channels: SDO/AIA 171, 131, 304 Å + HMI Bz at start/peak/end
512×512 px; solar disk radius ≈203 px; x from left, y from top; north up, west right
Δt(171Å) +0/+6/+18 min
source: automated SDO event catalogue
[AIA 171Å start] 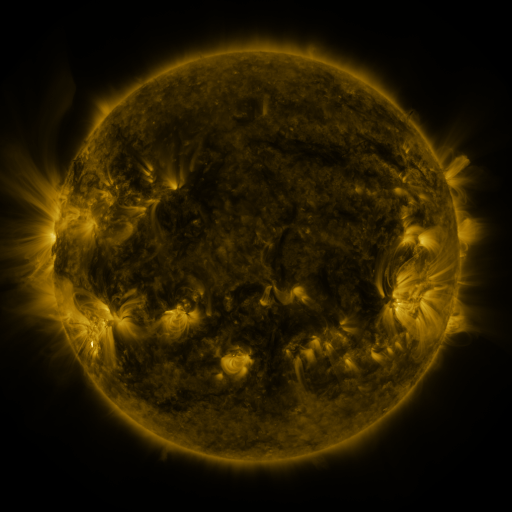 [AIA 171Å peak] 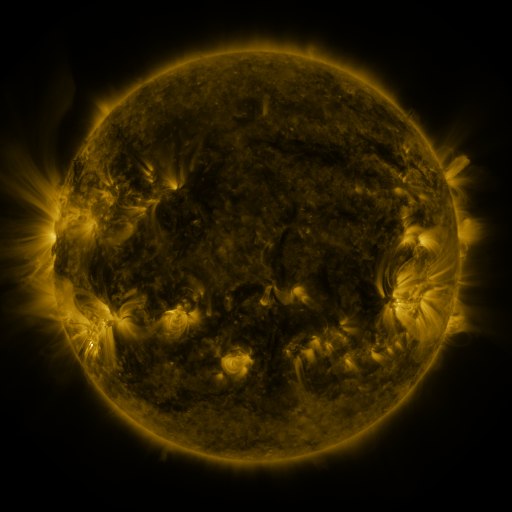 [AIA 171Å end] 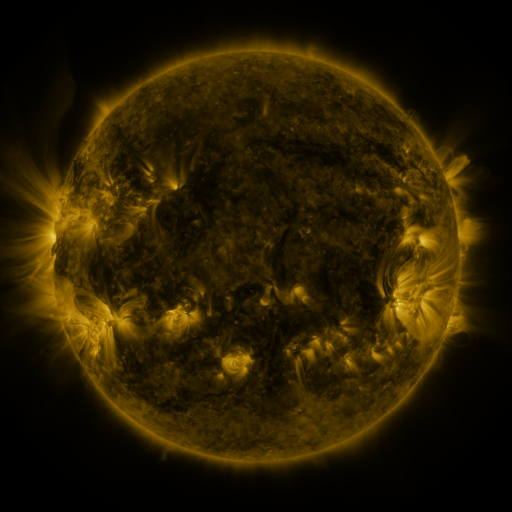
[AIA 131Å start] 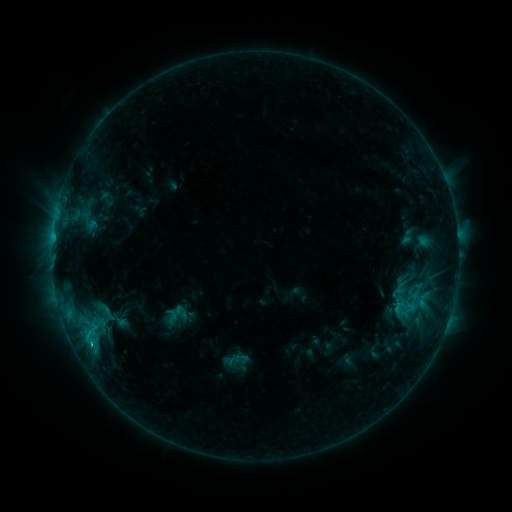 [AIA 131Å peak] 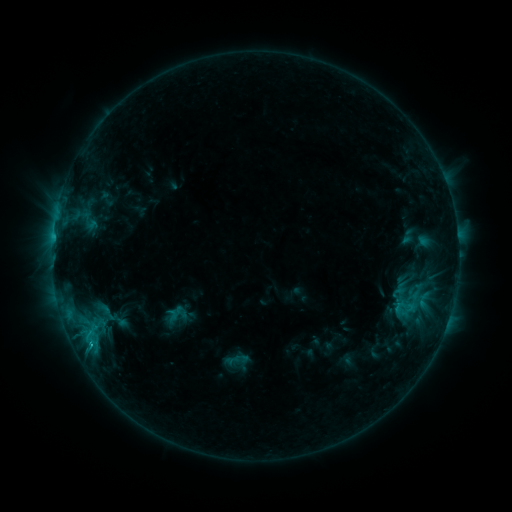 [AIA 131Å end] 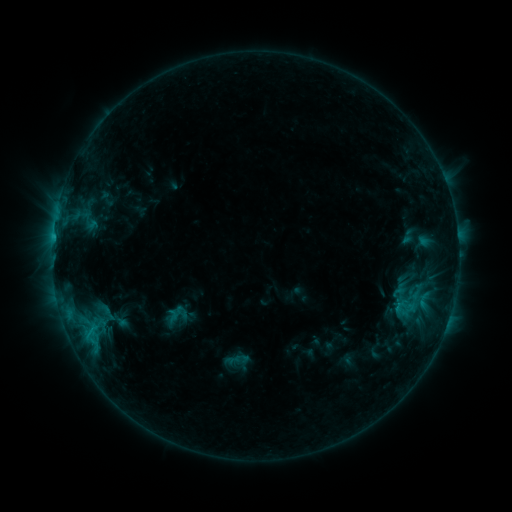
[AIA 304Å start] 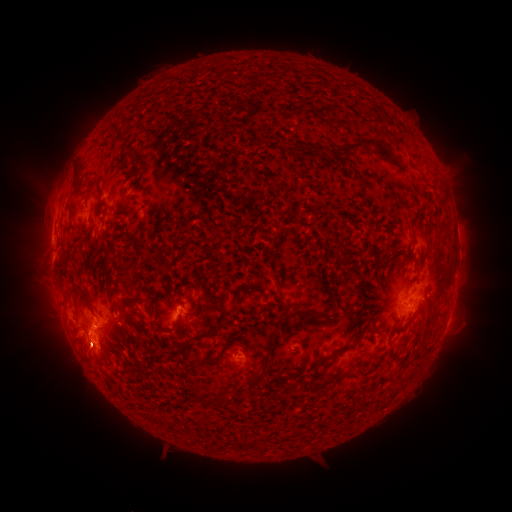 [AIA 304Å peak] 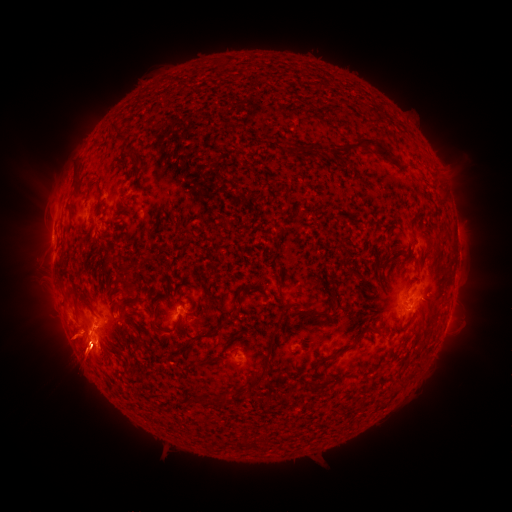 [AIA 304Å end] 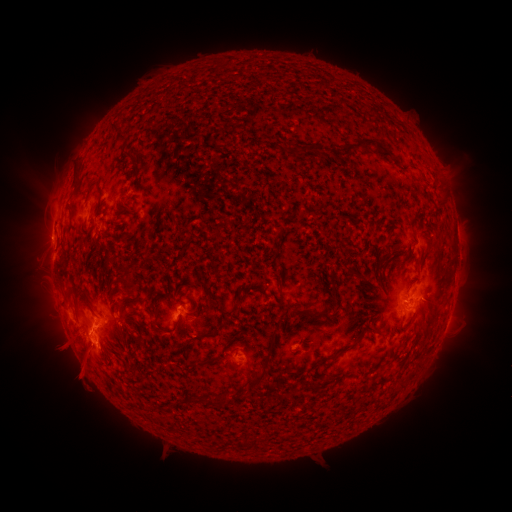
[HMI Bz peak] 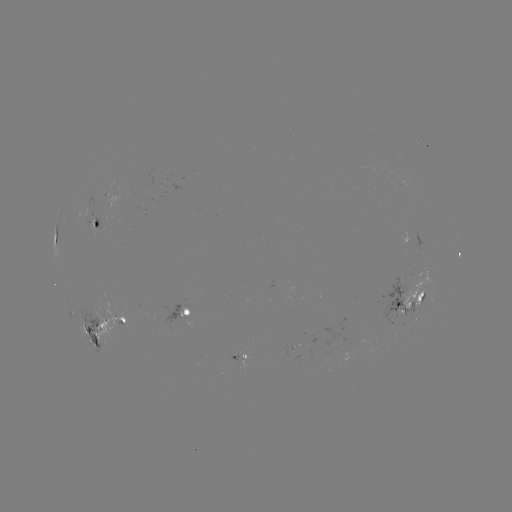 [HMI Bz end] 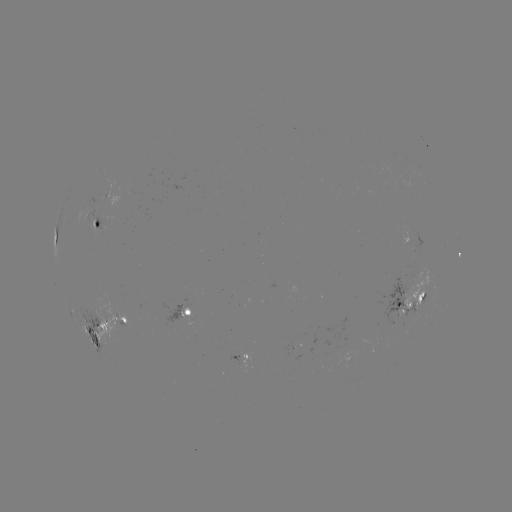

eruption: [37, 323, 109, 394]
